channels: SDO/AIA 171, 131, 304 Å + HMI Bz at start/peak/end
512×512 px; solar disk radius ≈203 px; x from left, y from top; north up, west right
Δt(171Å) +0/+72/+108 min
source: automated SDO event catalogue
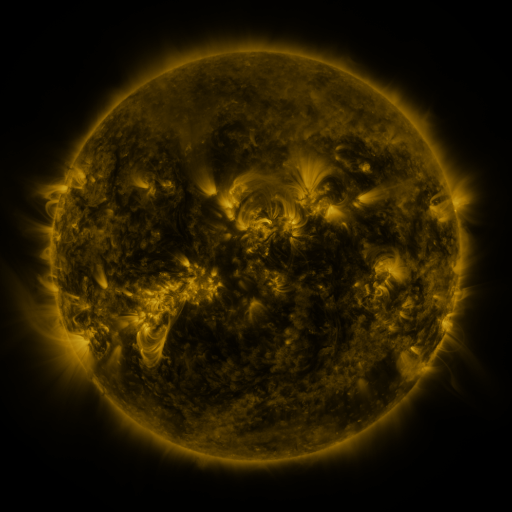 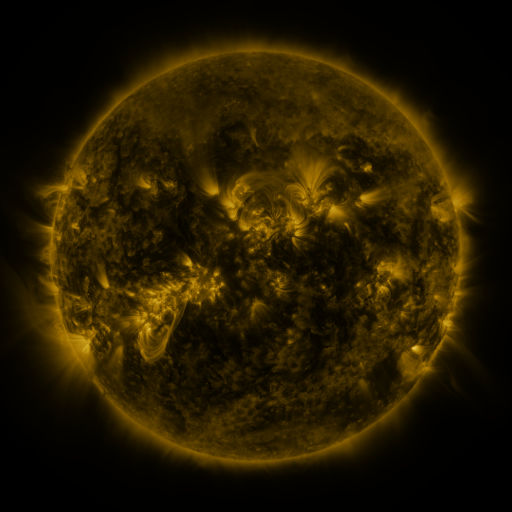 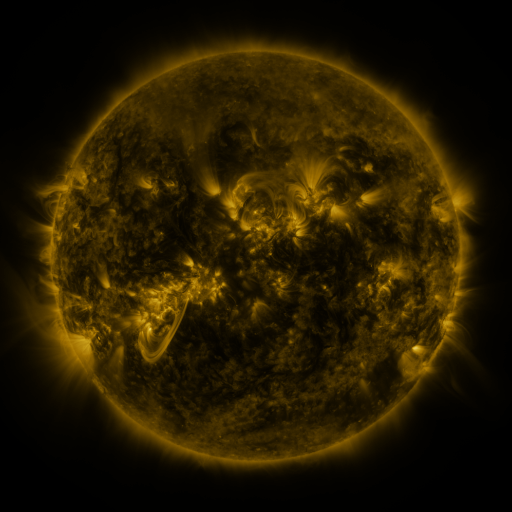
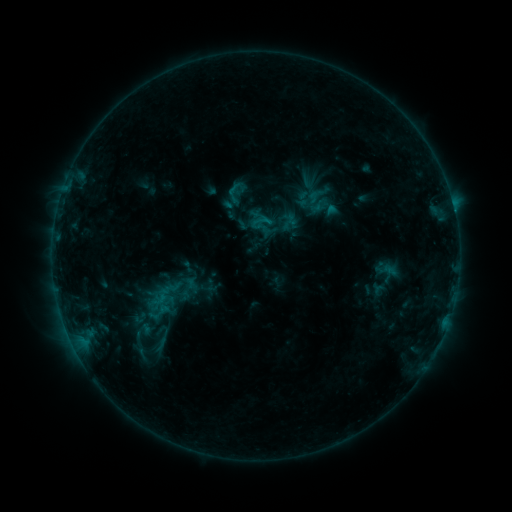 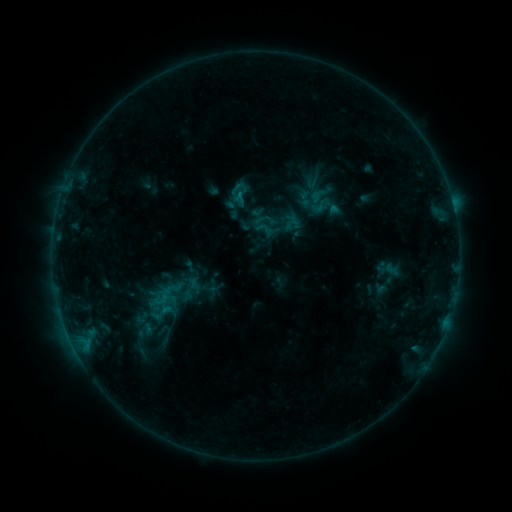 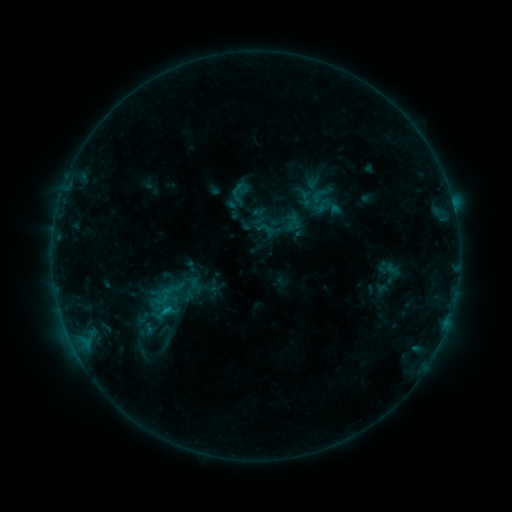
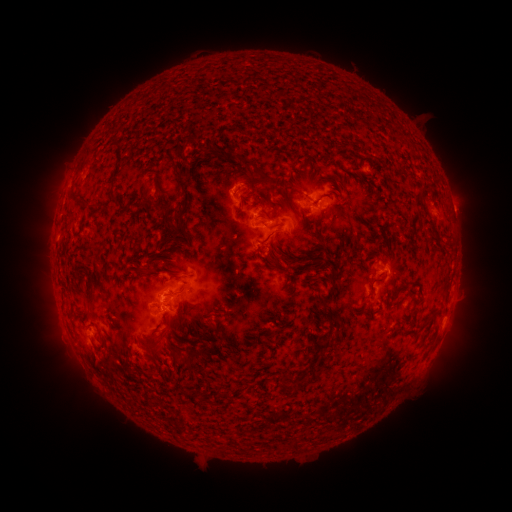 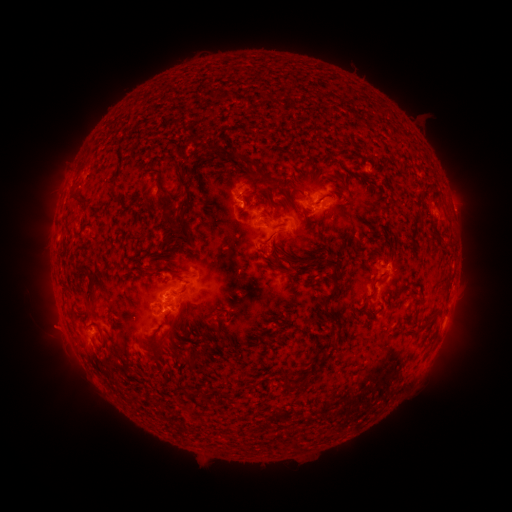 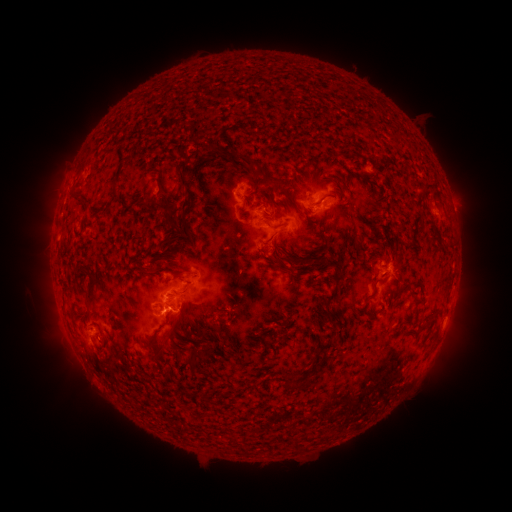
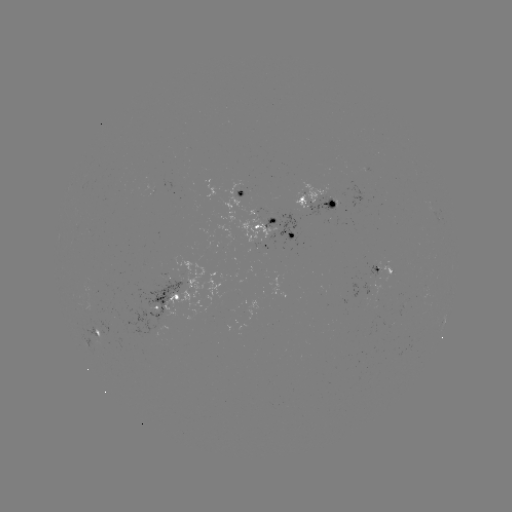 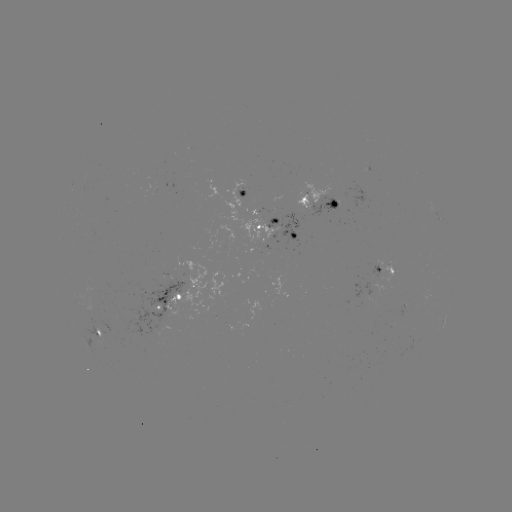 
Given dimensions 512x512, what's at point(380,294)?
emerging-flux region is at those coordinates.